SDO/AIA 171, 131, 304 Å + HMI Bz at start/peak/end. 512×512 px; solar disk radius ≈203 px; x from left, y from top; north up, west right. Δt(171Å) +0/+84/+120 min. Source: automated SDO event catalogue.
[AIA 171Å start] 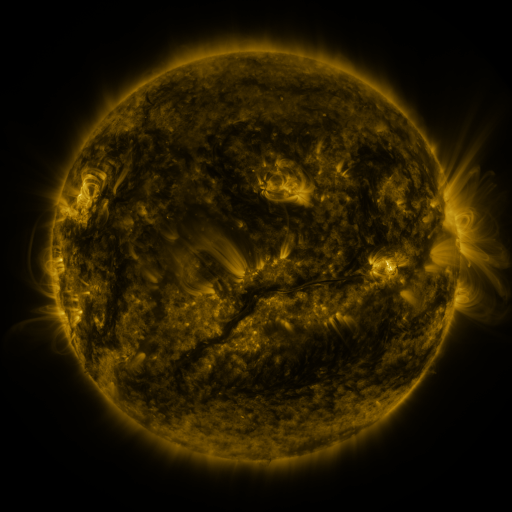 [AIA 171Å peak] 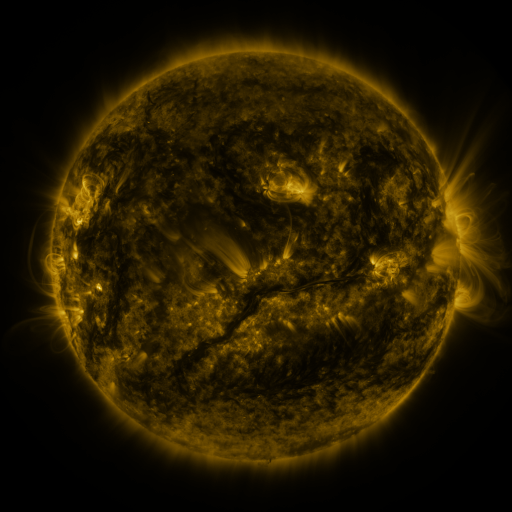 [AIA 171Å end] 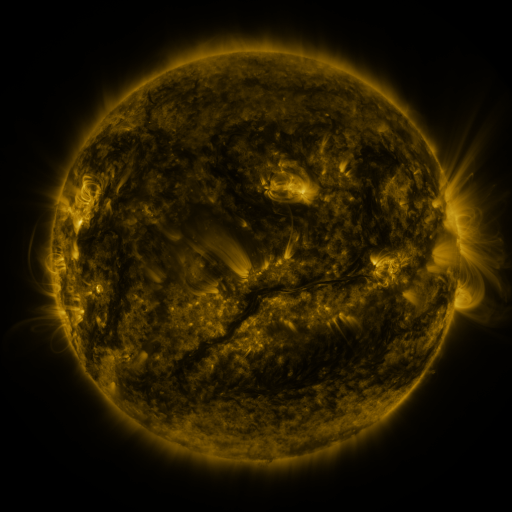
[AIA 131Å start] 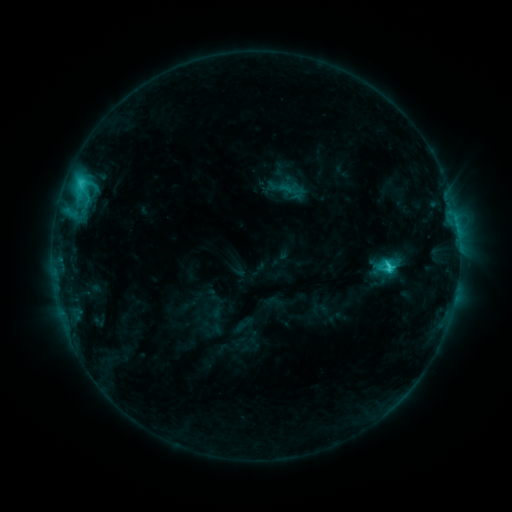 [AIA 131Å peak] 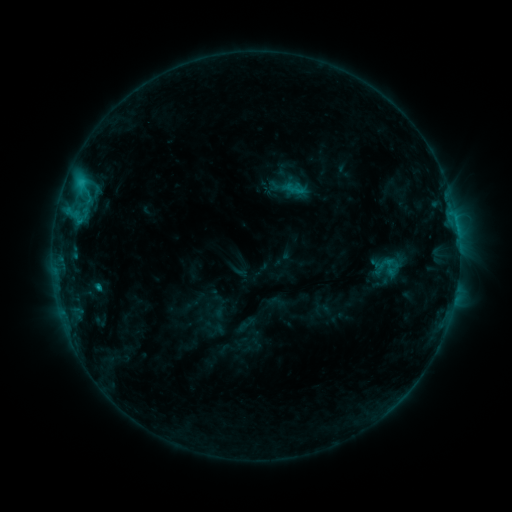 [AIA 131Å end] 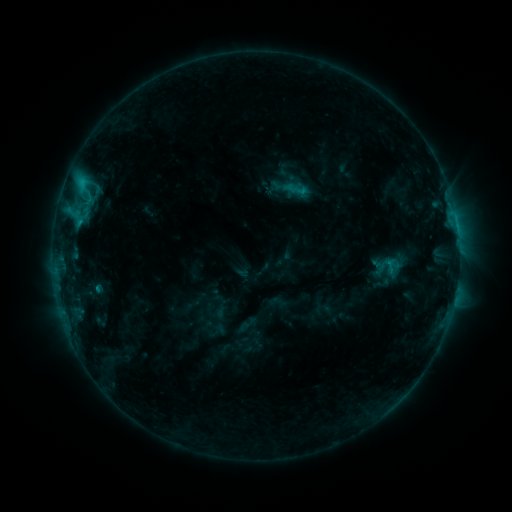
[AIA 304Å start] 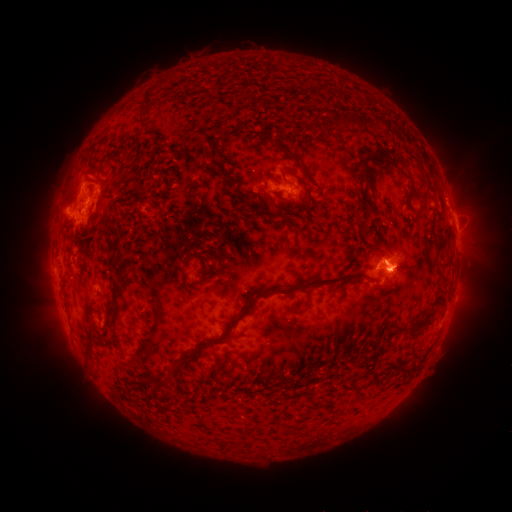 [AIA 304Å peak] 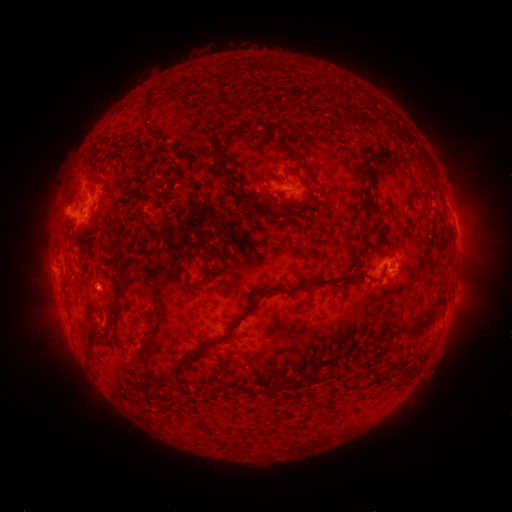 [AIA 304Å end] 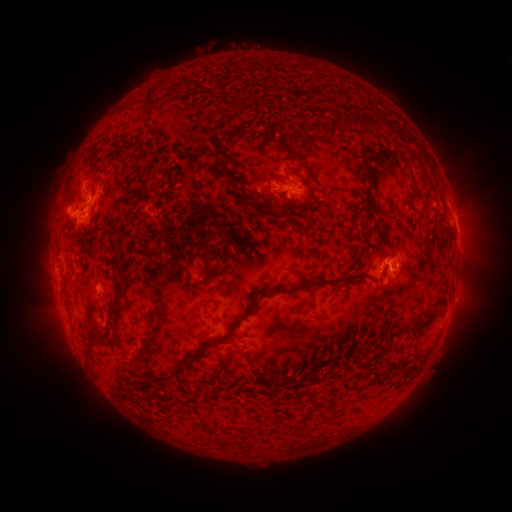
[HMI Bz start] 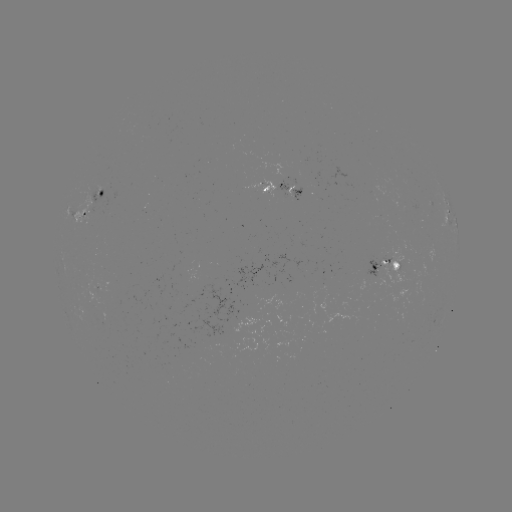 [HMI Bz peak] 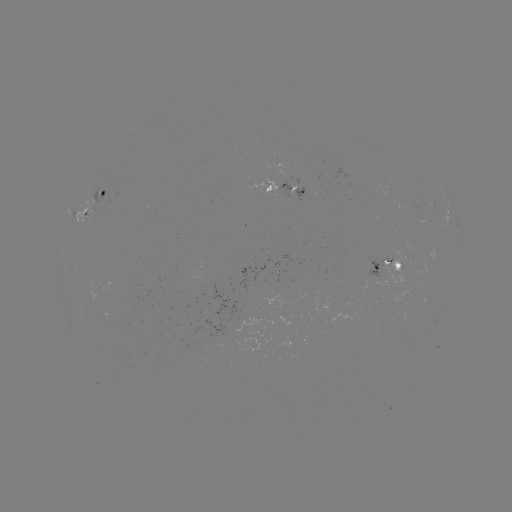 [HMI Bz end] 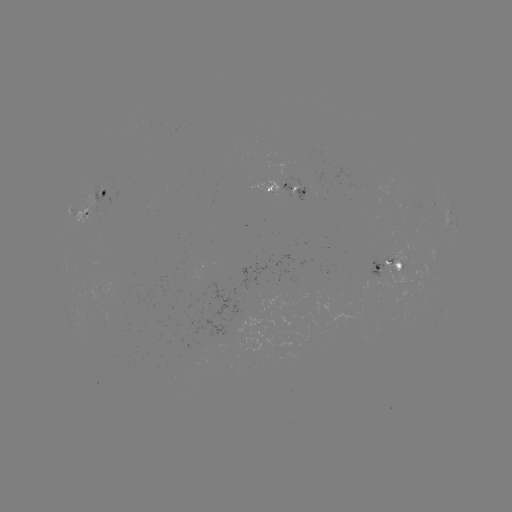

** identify emerging-flux region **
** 245,321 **